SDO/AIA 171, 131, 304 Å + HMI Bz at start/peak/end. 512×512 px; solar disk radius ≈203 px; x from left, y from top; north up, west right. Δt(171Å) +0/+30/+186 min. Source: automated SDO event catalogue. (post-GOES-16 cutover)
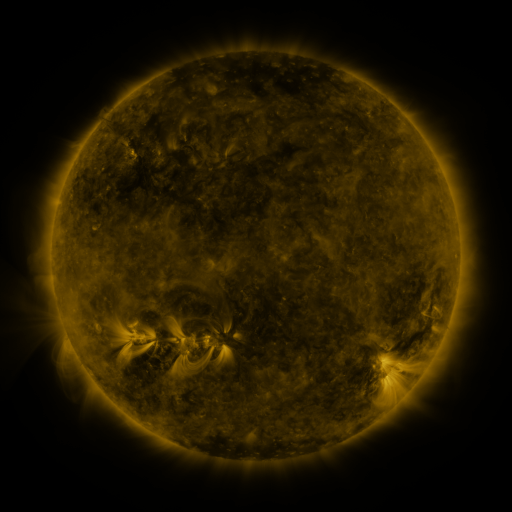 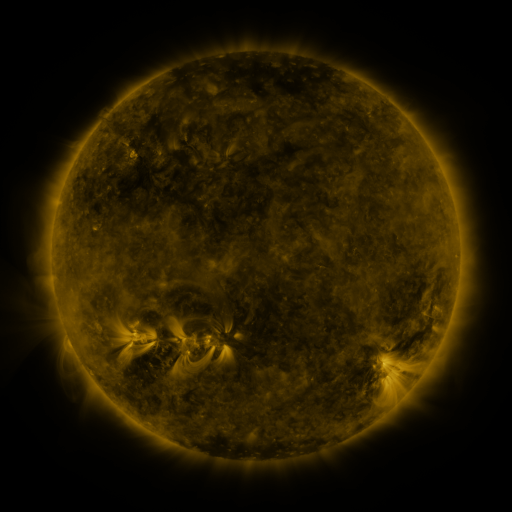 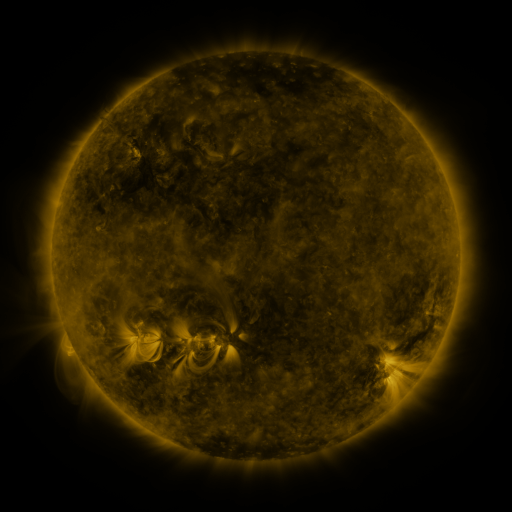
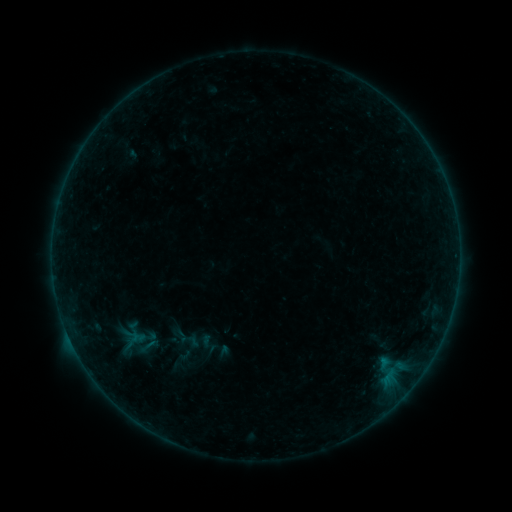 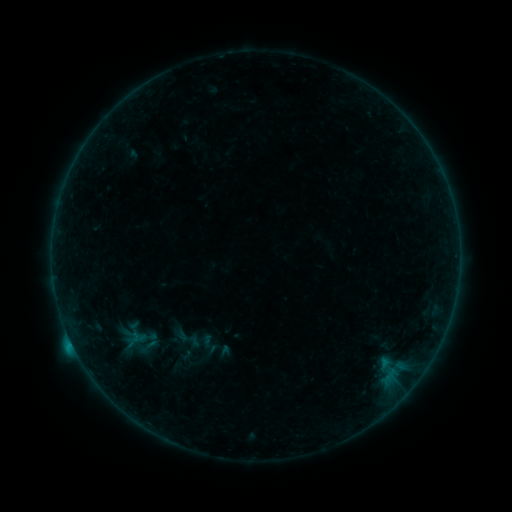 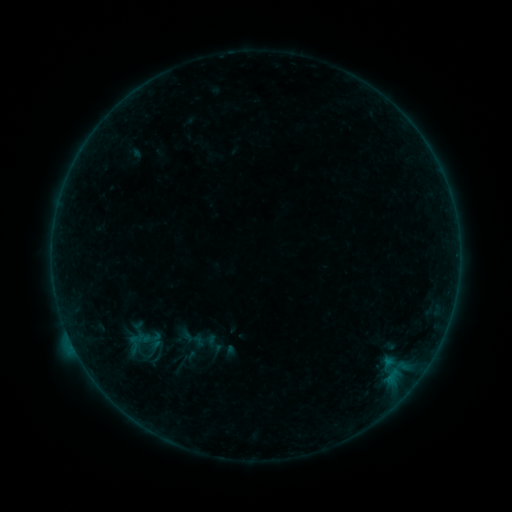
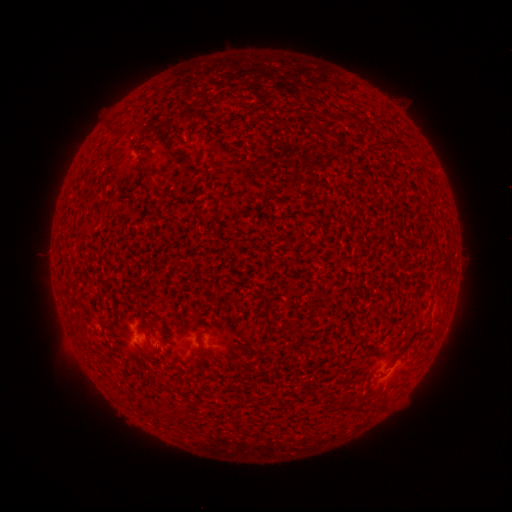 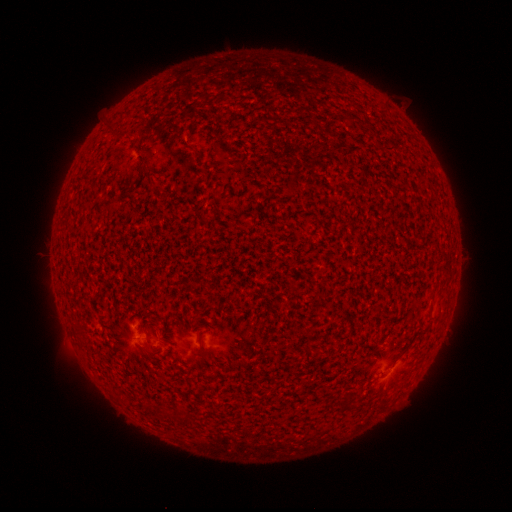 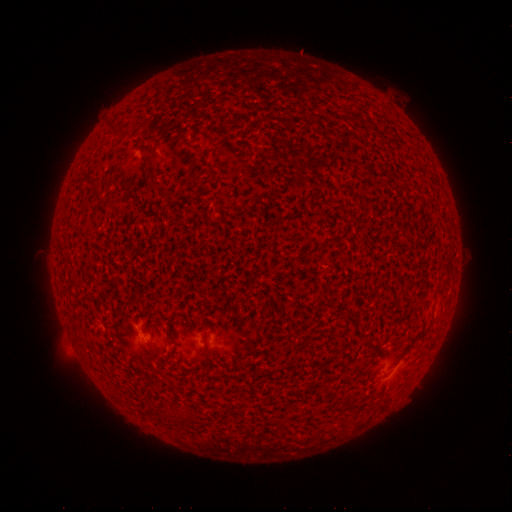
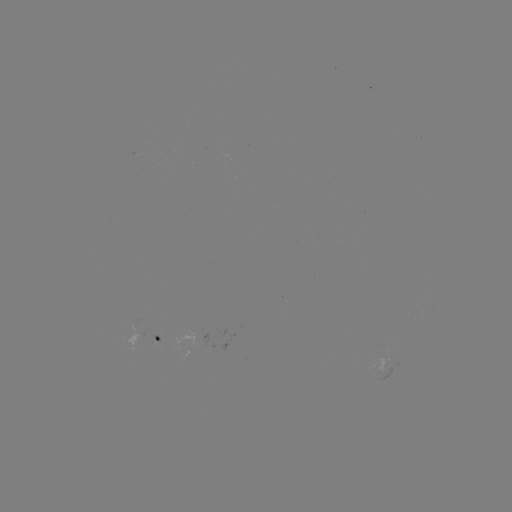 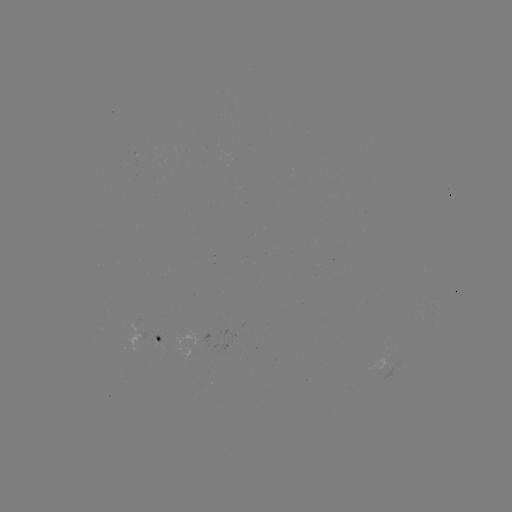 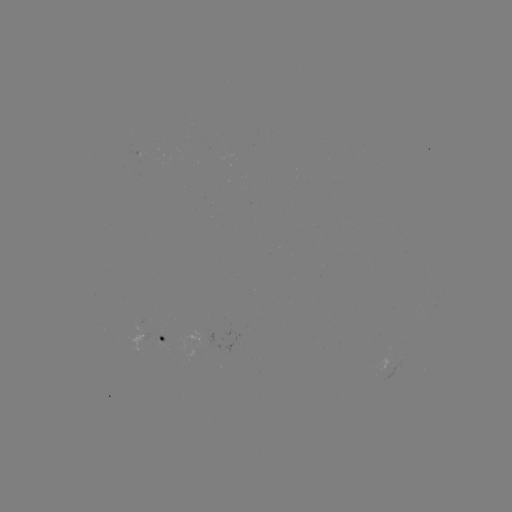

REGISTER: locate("C1.0 flare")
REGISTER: [71, 342]